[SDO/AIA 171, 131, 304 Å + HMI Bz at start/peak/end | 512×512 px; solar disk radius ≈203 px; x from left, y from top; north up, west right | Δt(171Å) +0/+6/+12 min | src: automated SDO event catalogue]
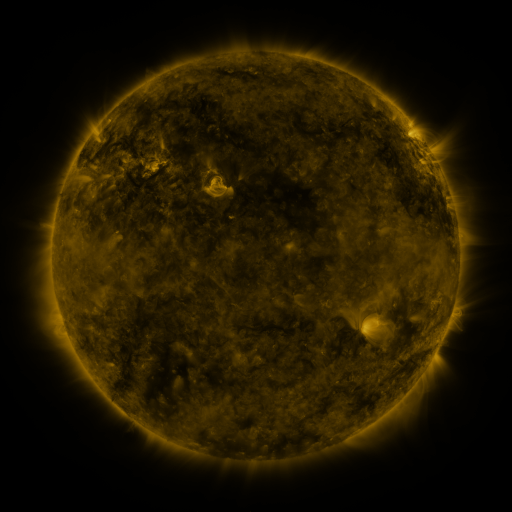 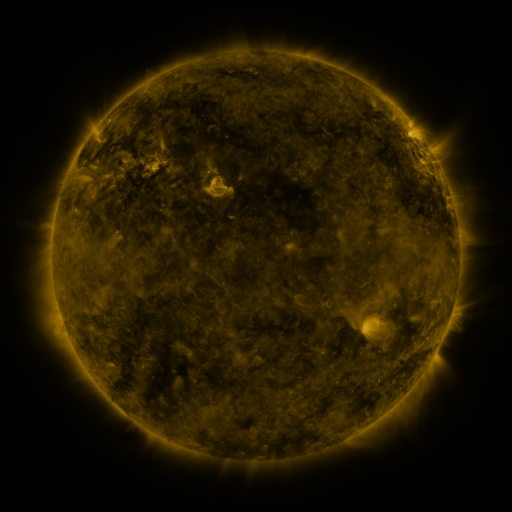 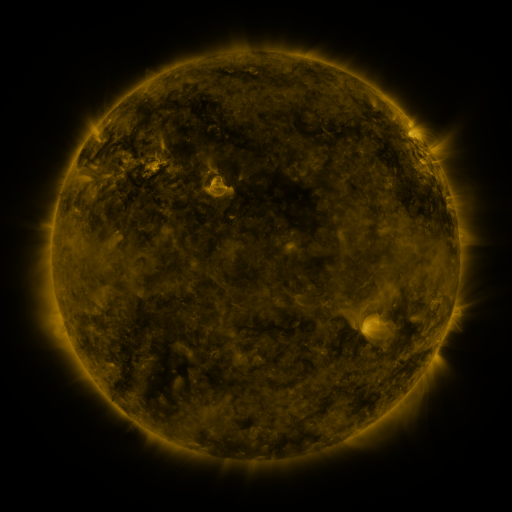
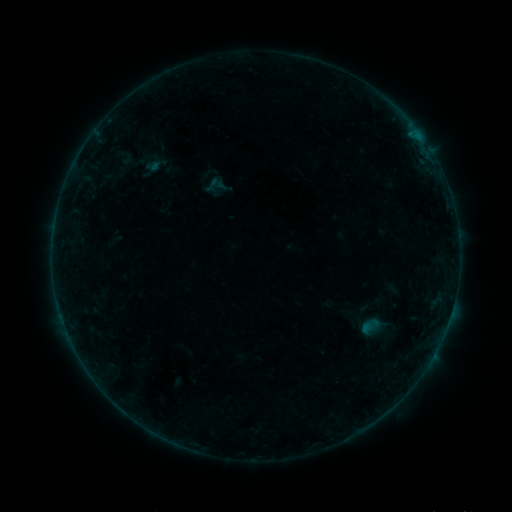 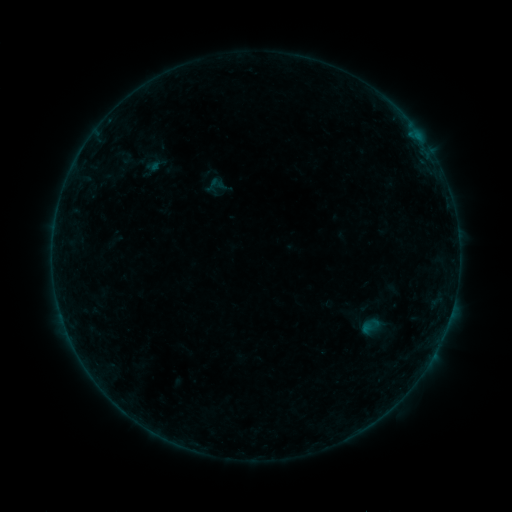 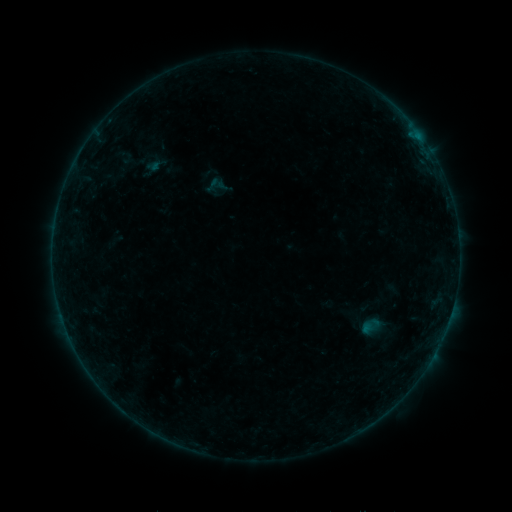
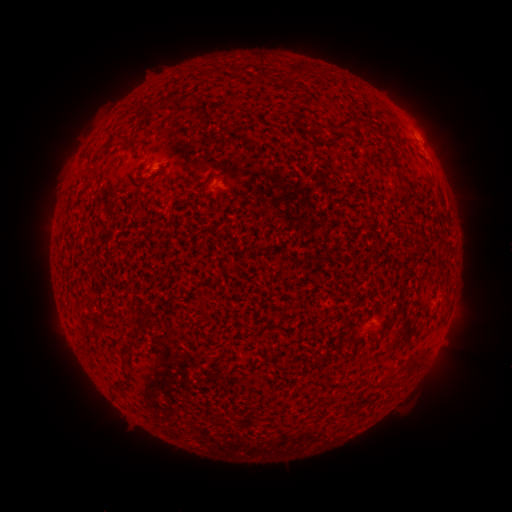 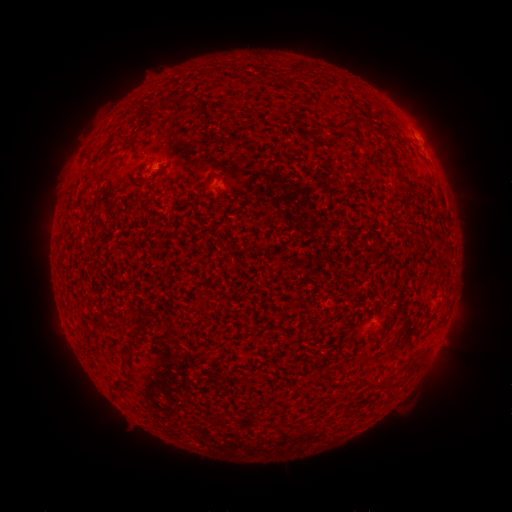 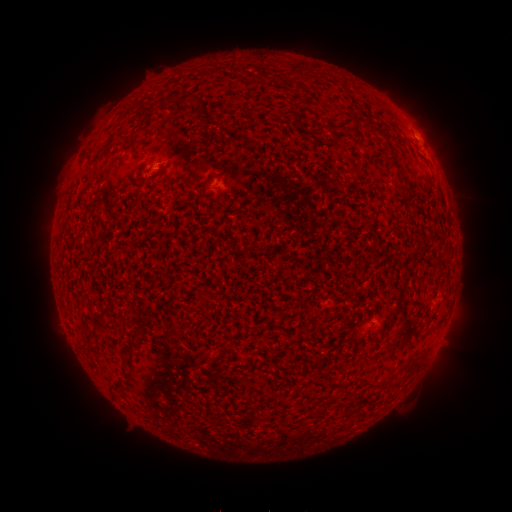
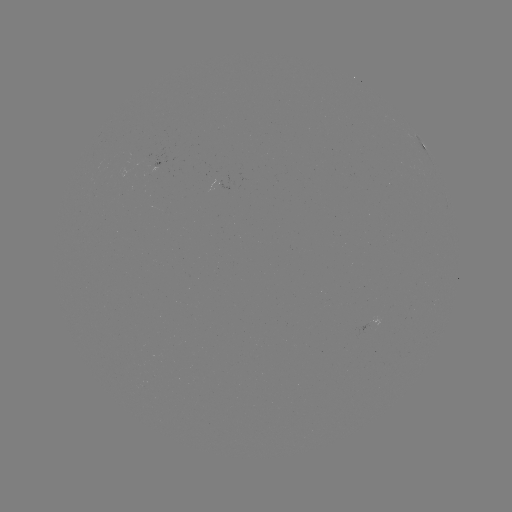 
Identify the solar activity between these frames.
B1.0 flare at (418, 137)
